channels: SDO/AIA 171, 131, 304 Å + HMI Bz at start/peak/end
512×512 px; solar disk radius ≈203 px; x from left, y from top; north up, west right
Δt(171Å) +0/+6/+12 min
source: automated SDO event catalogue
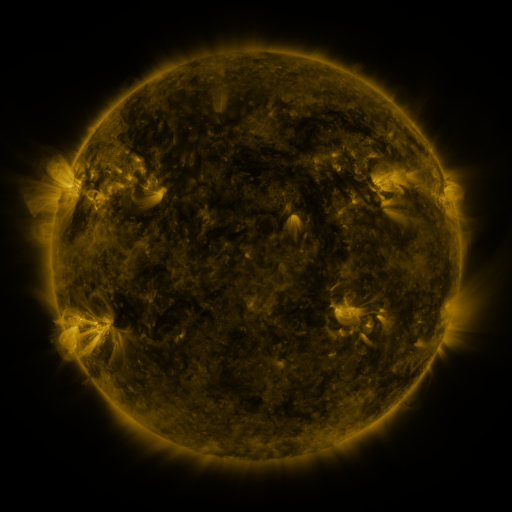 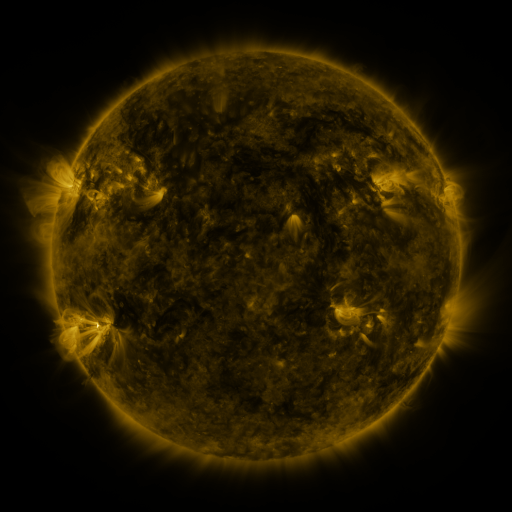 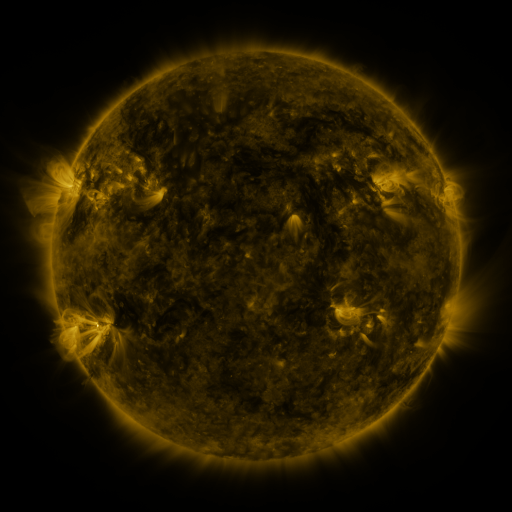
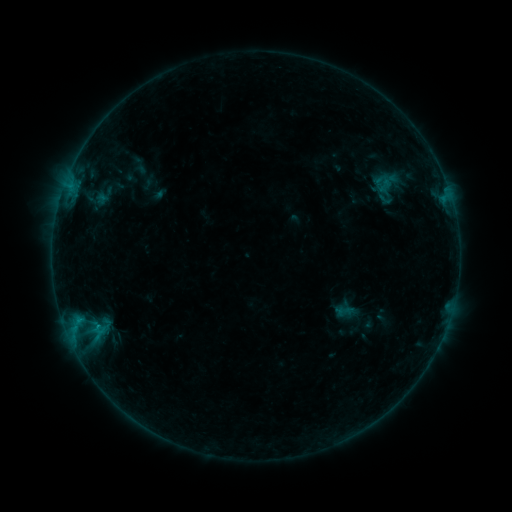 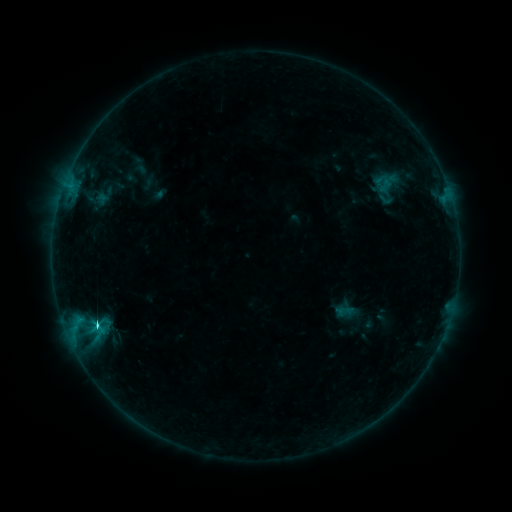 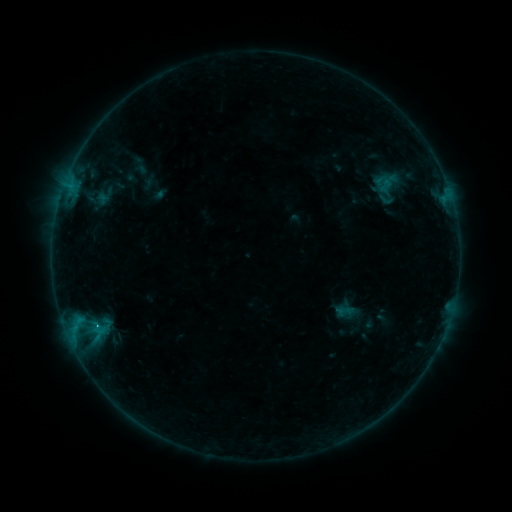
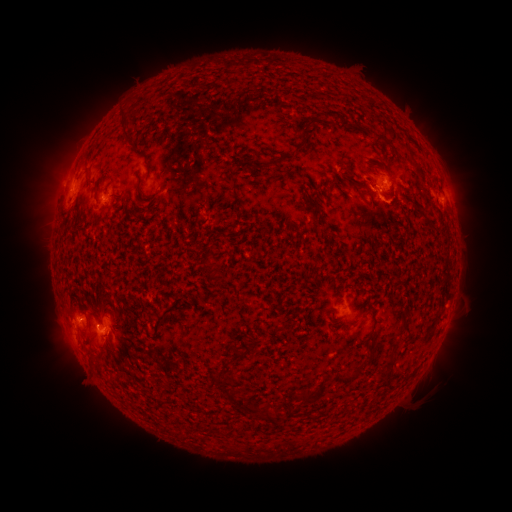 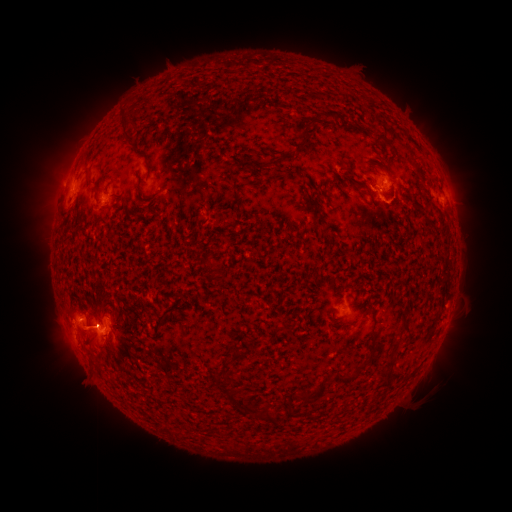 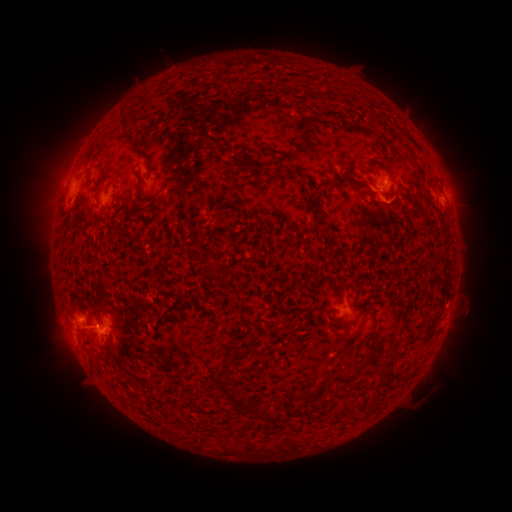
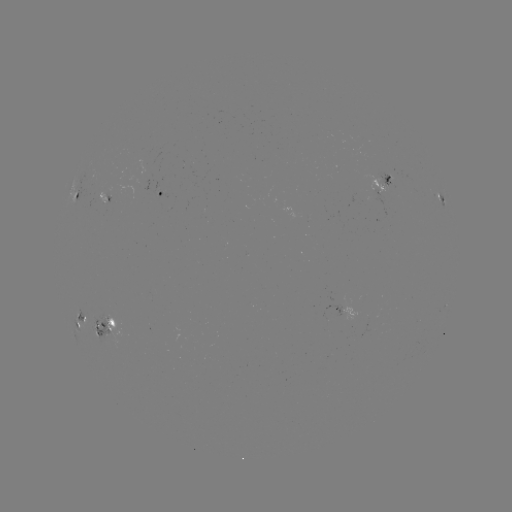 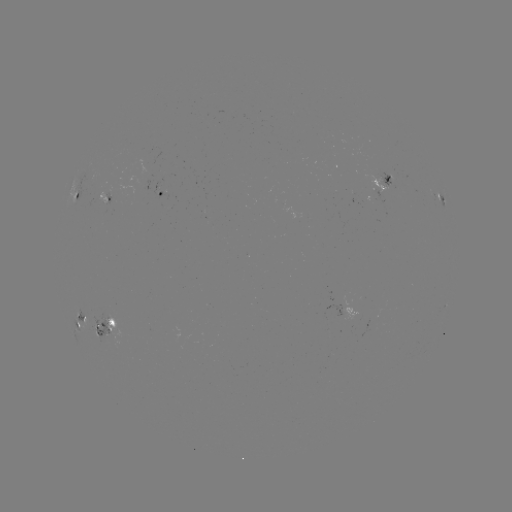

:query C3.2 flare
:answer (97, 323)